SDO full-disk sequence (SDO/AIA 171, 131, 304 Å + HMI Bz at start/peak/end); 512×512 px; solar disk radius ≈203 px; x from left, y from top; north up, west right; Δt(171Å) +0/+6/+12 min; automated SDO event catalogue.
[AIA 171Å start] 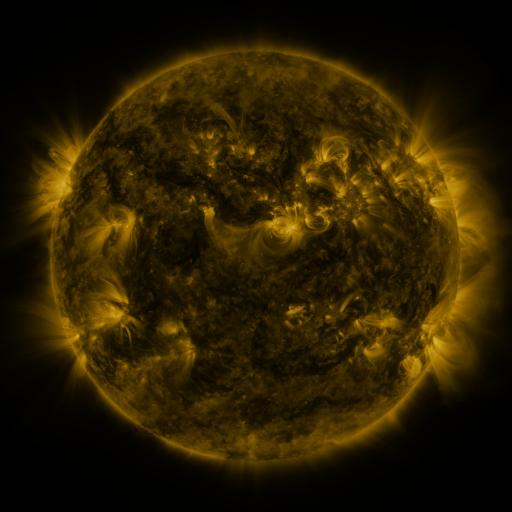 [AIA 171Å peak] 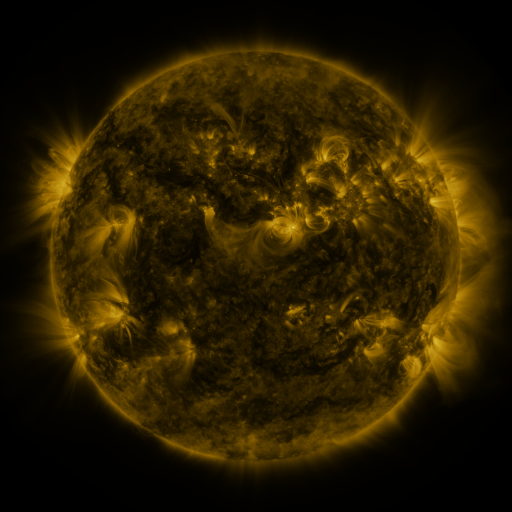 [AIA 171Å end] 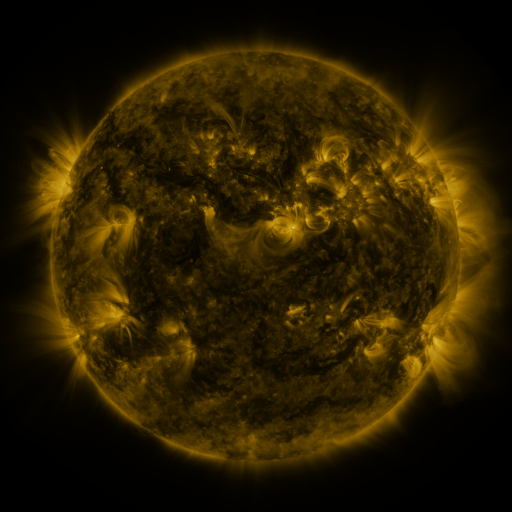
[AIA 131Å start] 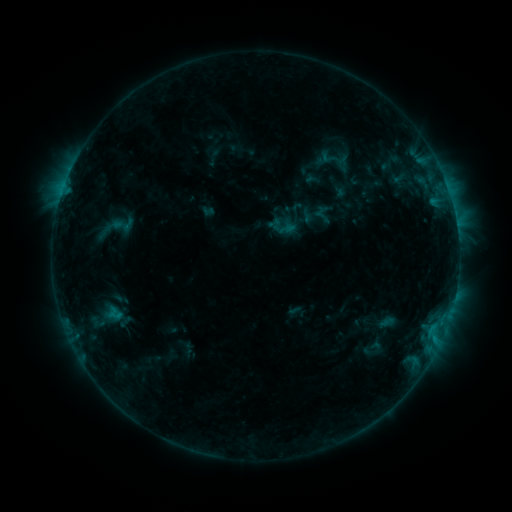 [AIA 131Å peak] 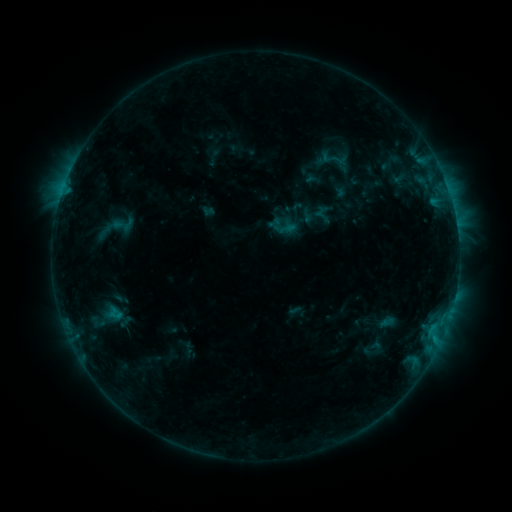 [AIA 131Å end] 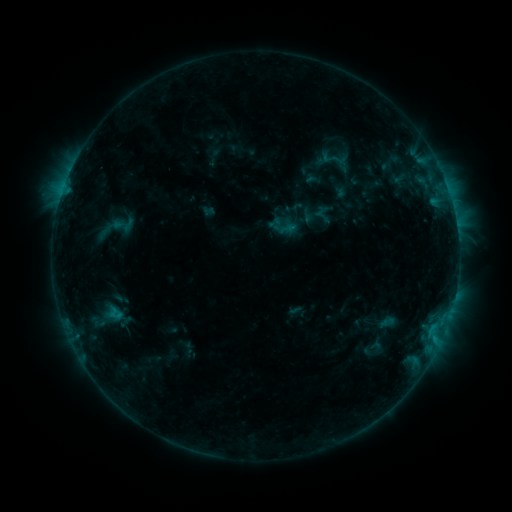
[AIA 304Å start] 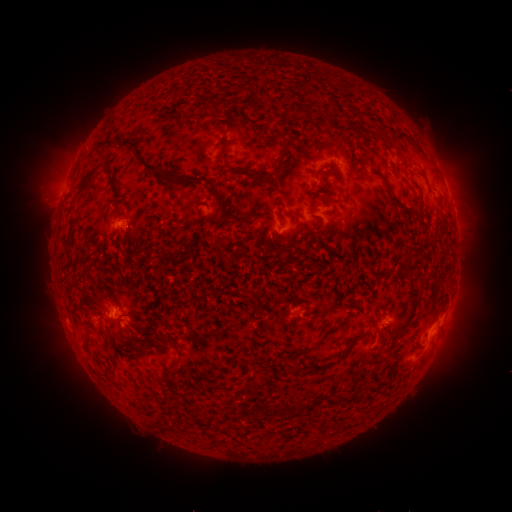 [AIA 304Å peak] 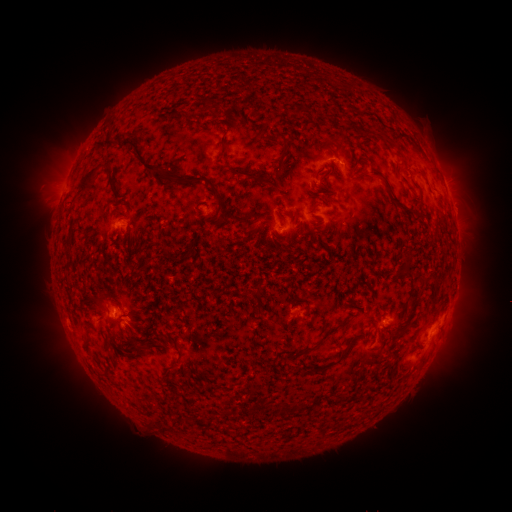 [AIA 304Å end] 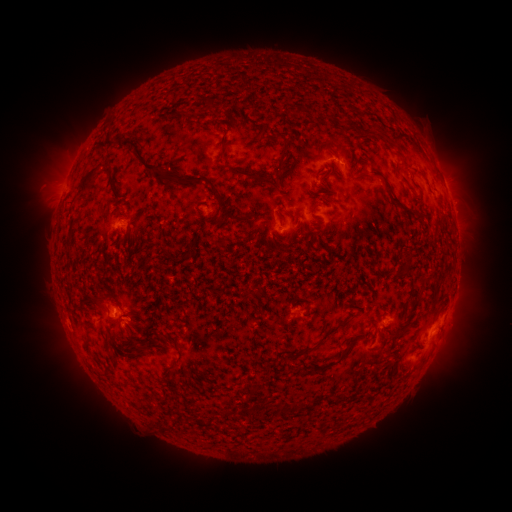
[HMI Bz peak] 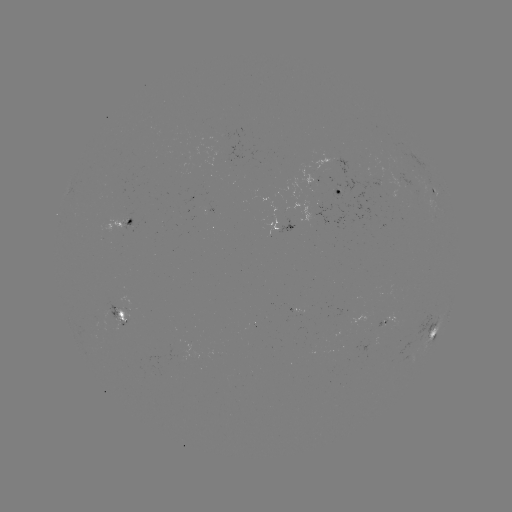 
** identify eruption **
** [455, 343] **